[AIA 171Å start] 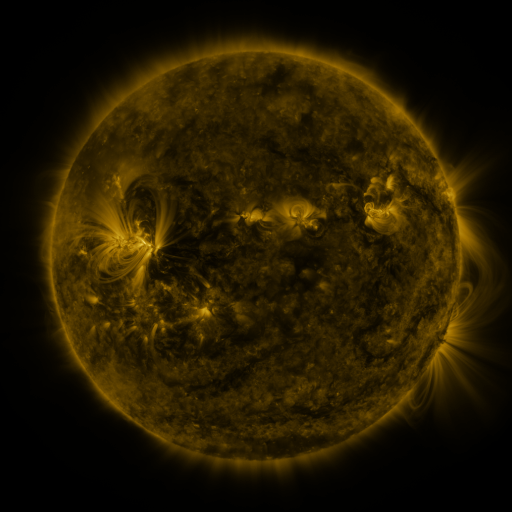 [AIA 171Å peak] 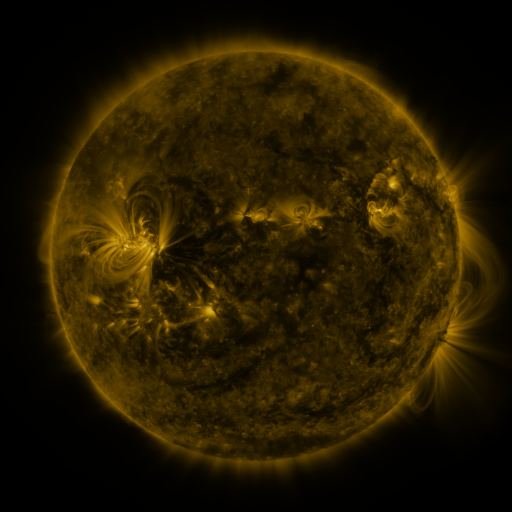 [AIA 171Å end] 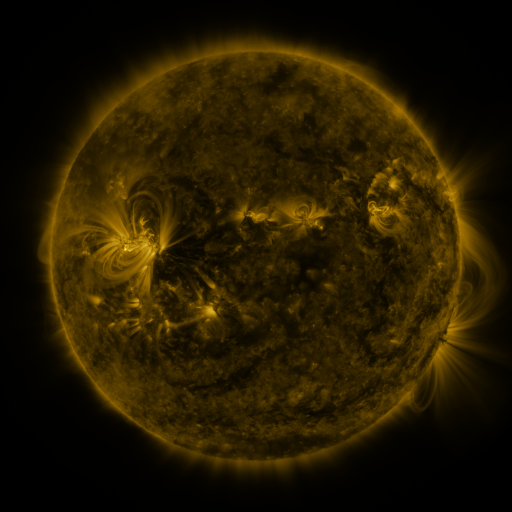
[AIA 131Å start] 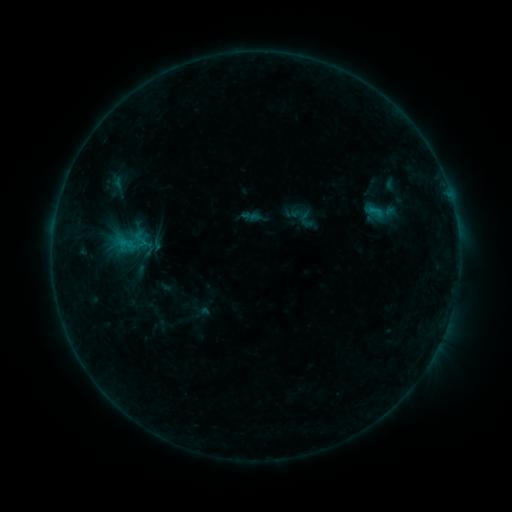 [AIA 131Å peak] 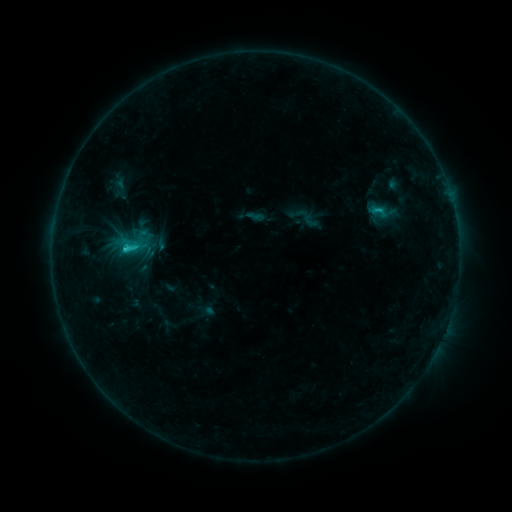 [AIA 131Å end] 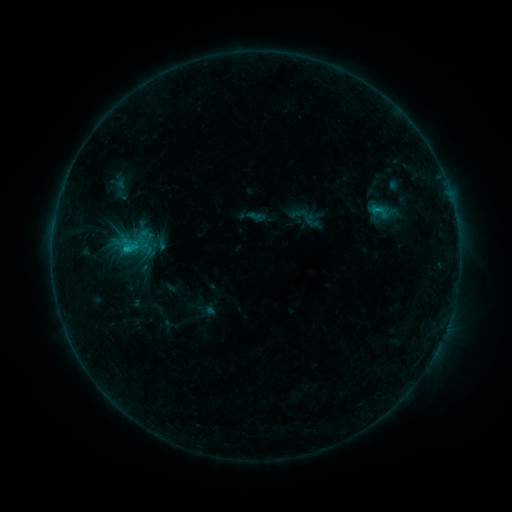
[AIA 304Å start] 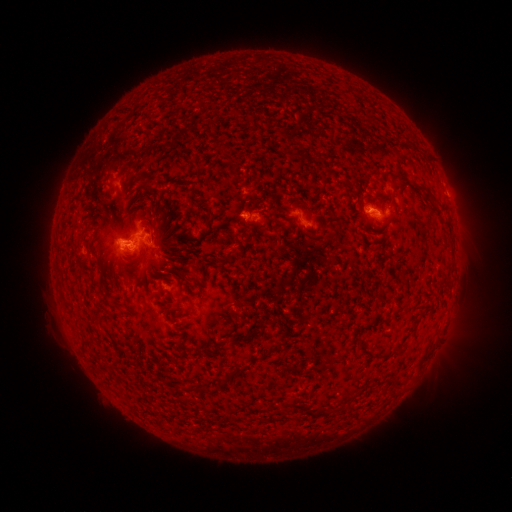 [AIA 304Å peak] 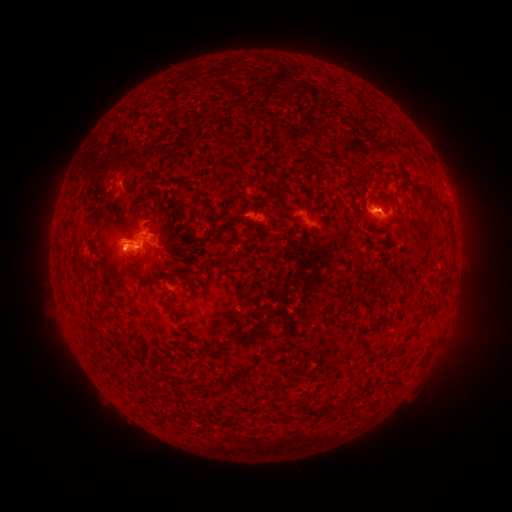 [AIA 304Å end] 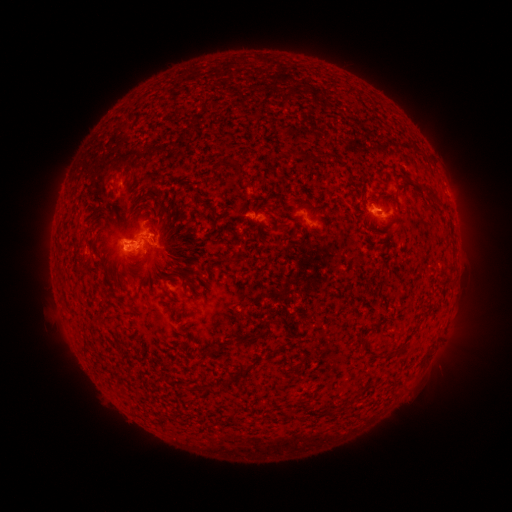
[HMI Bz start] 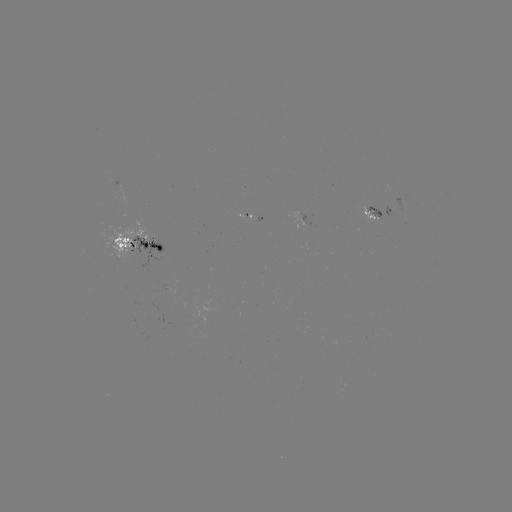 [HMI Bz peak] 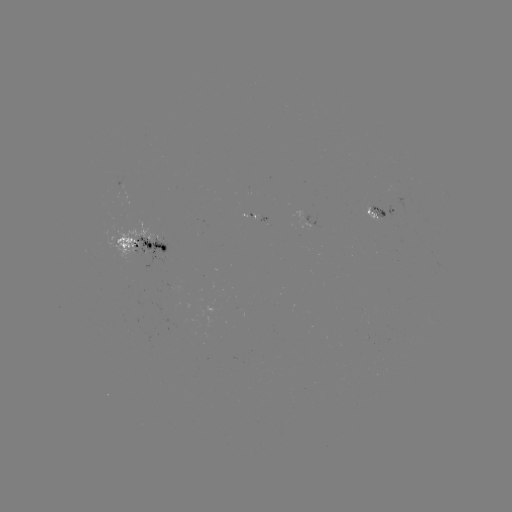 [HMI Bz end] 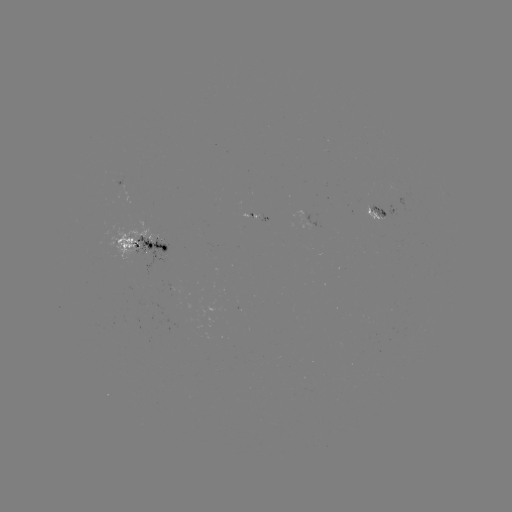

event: emerging-flux region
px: (155, 242)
